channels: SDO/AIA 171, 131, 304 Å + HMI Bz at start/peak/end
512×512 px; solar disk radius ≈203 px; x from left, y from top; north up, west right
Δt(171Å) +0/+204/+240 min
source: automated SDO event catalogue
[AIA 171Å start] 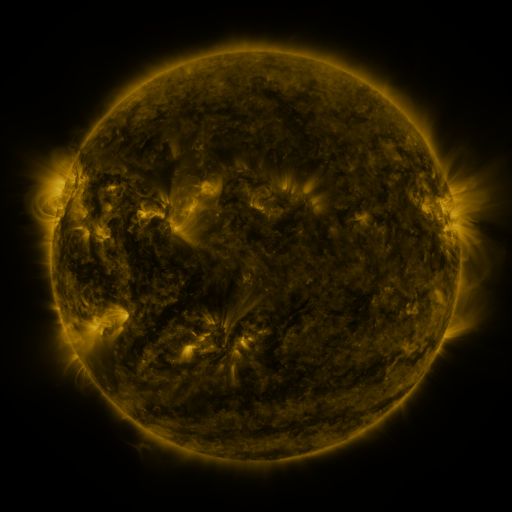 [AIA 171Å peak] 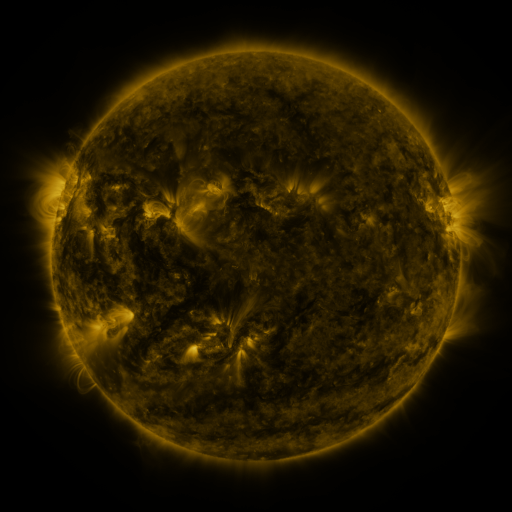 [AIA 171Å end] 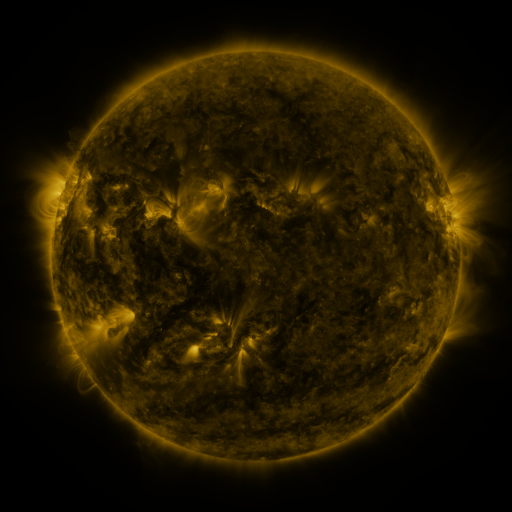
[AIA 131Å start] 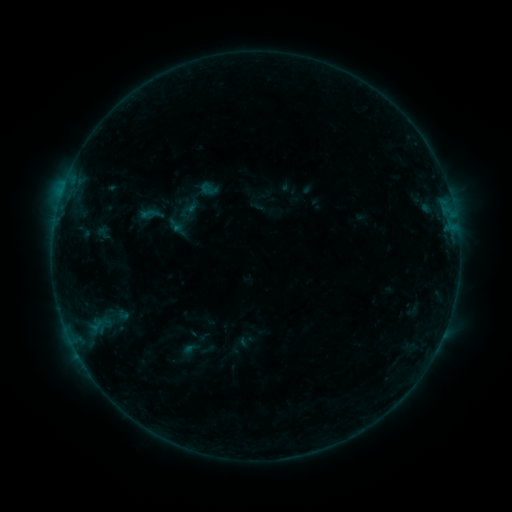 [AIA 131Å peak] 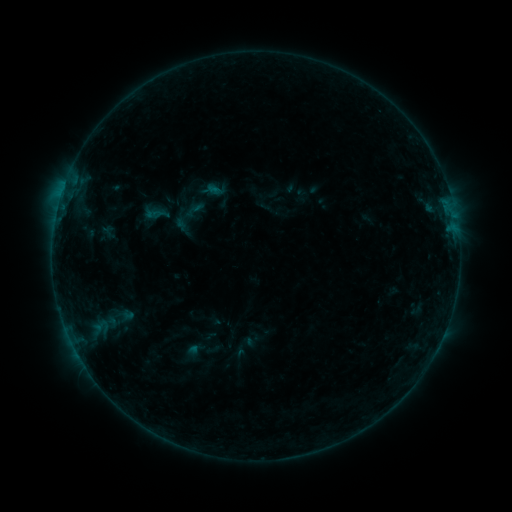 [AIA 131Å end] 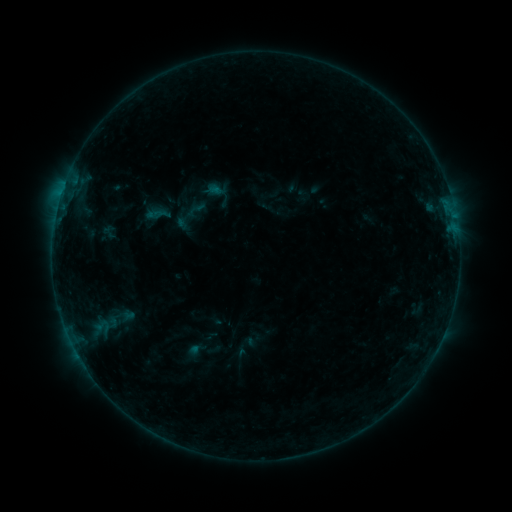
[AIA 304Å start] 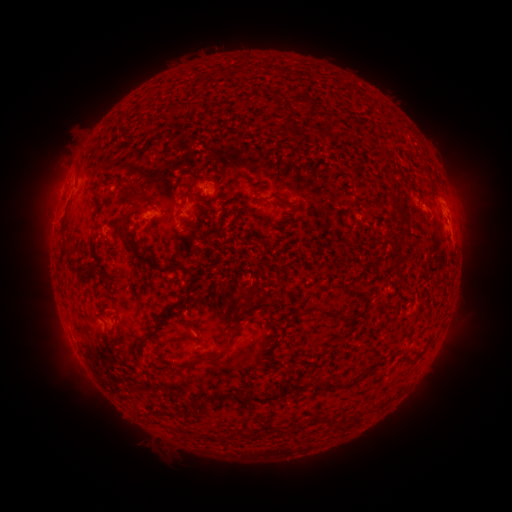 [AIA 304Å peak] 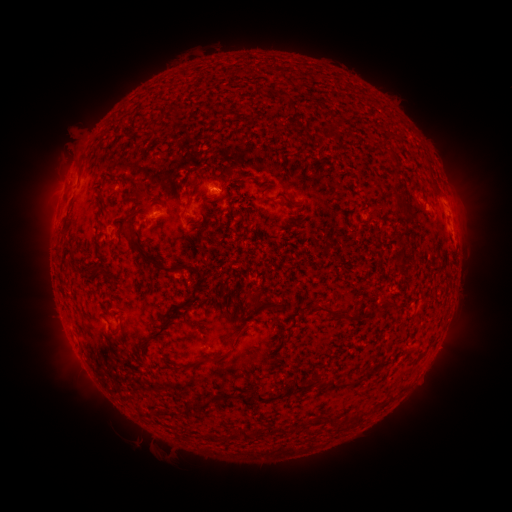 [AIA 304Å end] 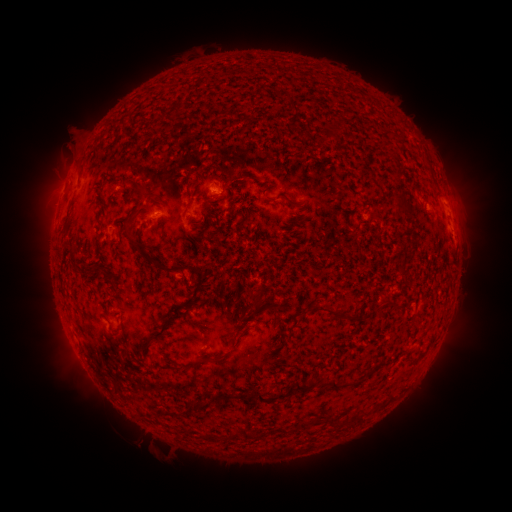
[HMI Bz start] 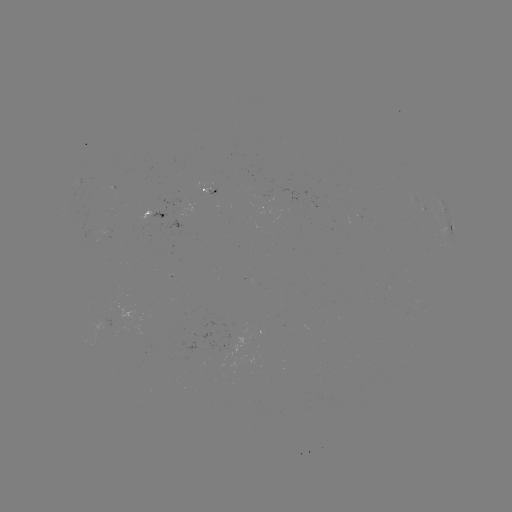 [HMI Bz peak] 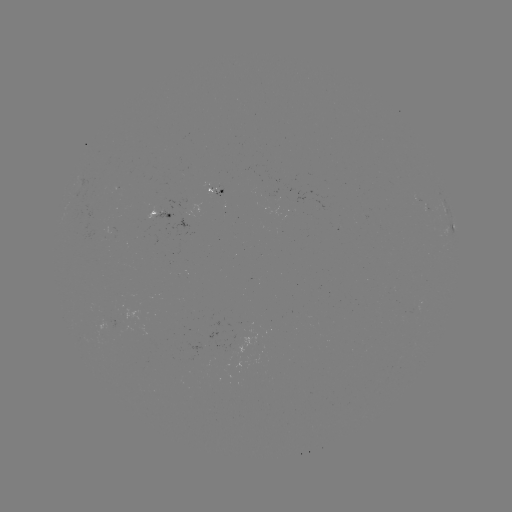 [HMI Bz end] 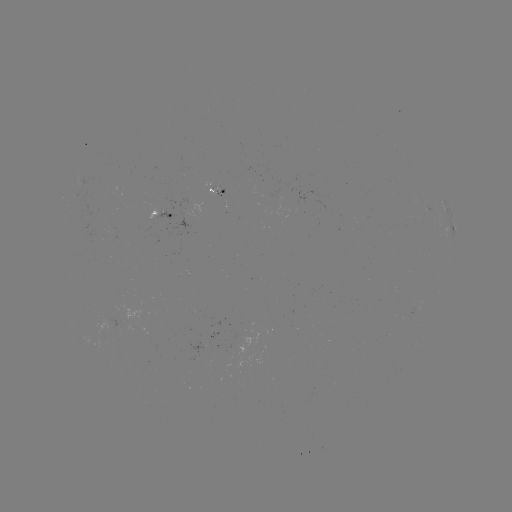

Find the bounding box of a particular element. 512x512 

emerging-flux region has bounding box [144, 207, 158, 222].